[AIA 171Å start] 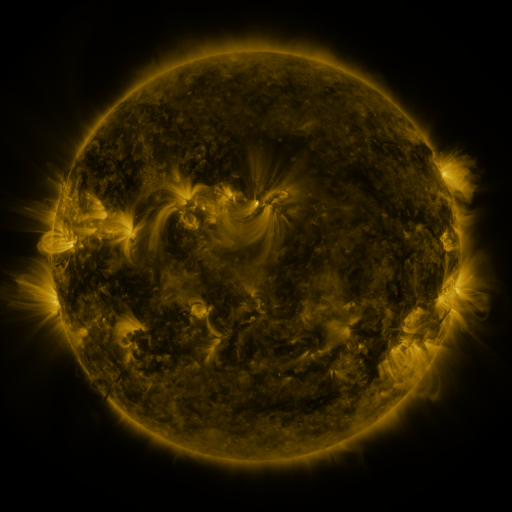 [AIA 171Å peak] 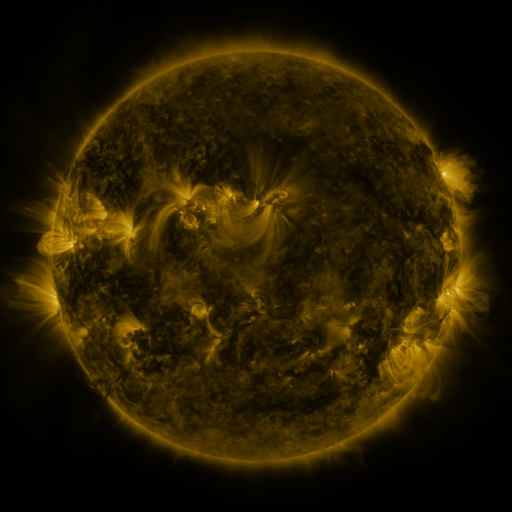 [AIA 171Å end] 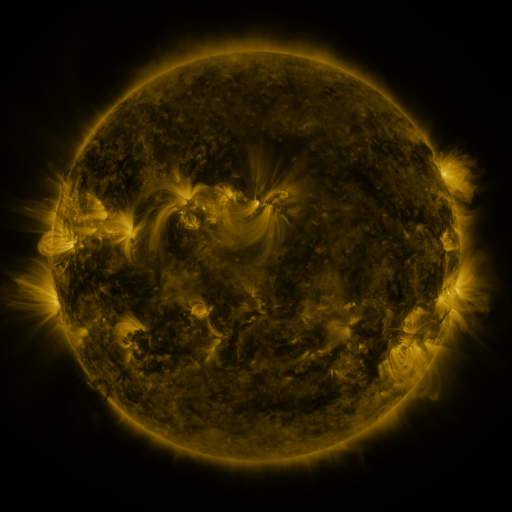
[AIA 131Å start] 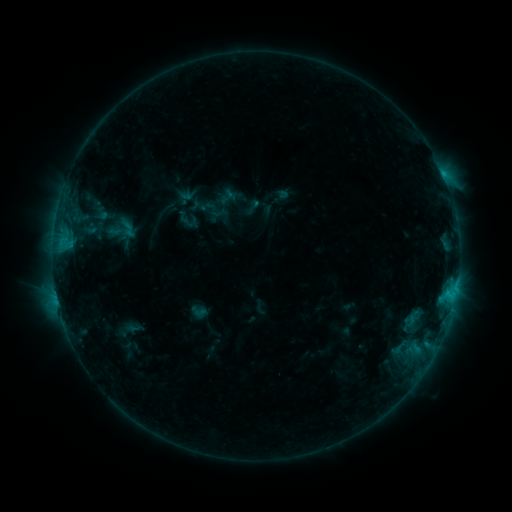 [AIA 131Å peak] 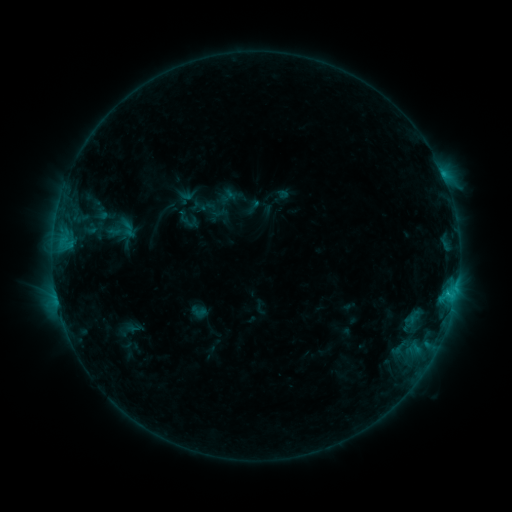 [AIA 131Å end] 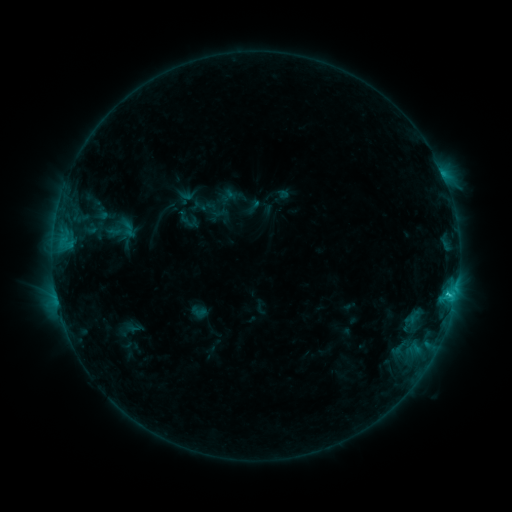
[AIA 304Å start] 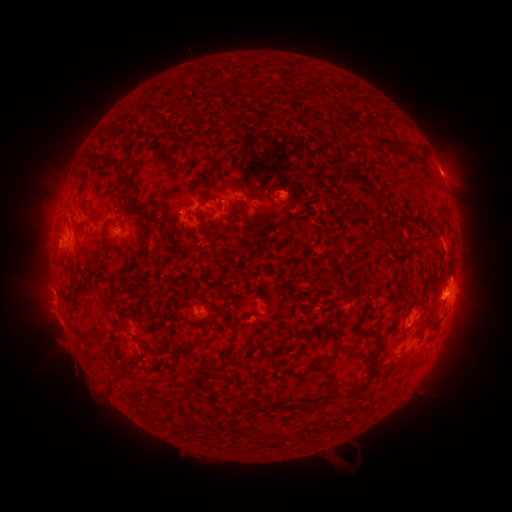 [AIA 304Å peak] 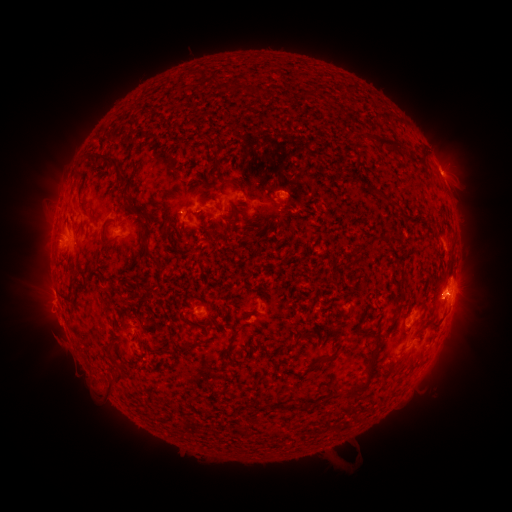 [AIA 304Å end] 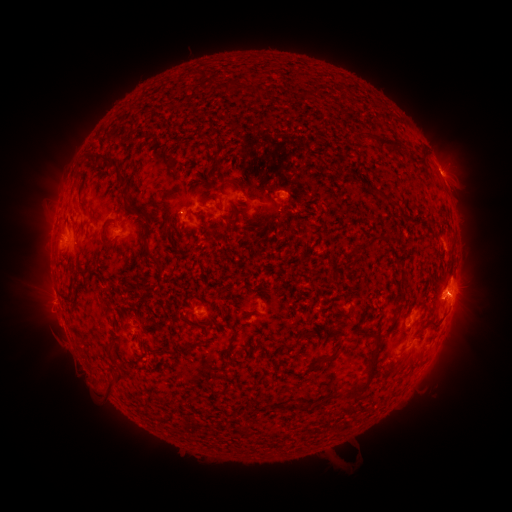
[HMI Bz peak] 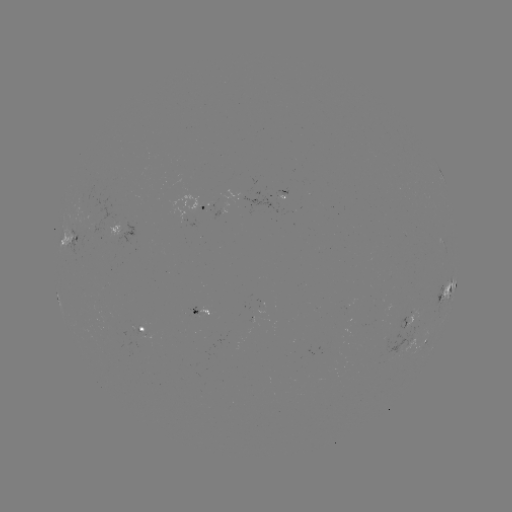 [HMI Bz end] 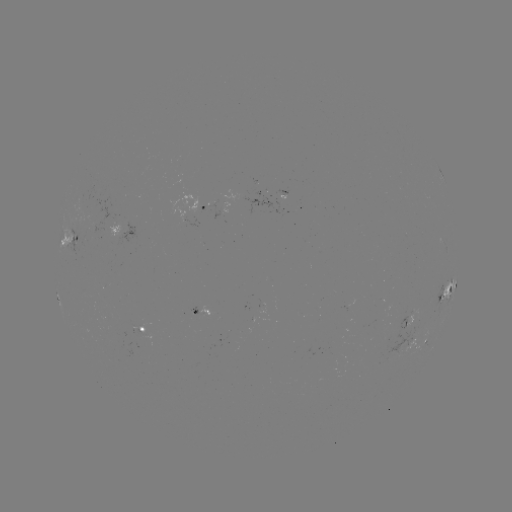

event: eruption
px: (471, 295)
